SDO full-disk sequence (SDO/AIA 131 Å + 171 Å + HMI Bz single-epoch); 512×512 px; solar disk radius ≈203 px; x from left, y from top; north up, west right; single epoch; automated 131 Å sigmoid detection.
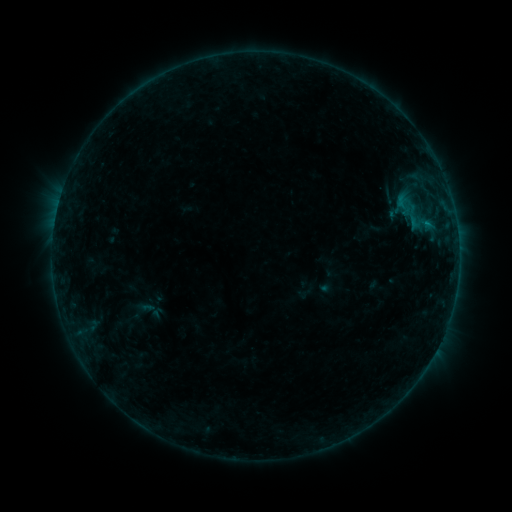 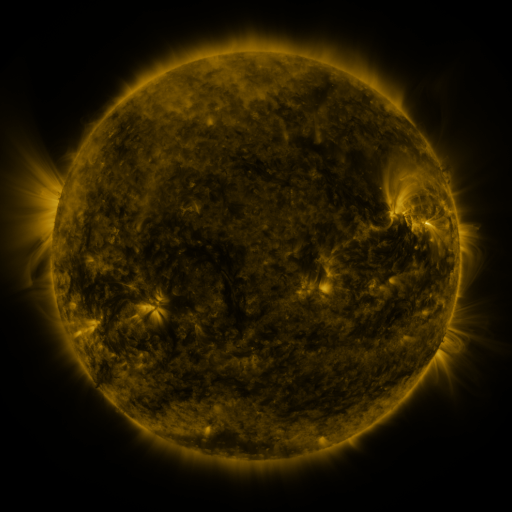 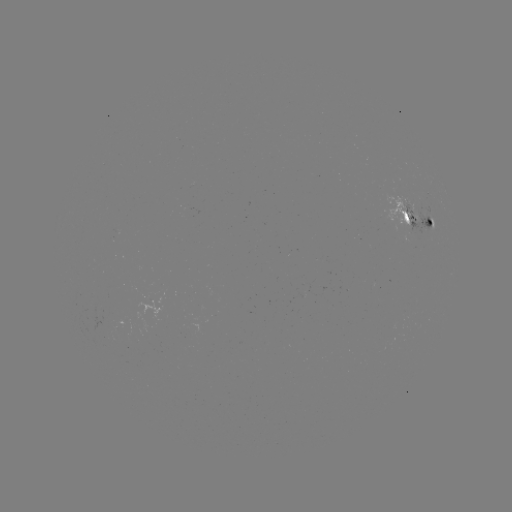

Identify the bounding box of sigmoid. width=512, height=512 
[386, 194, 435, 231].